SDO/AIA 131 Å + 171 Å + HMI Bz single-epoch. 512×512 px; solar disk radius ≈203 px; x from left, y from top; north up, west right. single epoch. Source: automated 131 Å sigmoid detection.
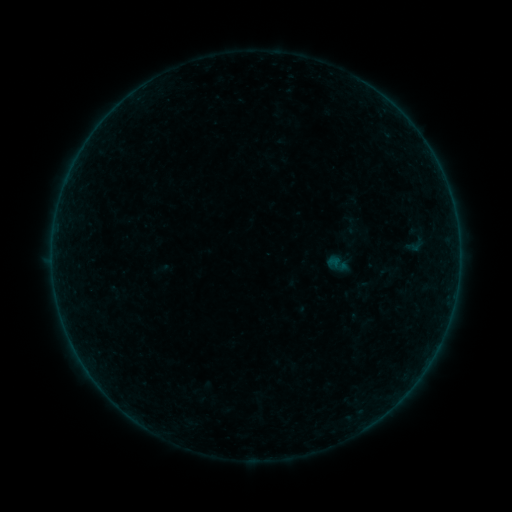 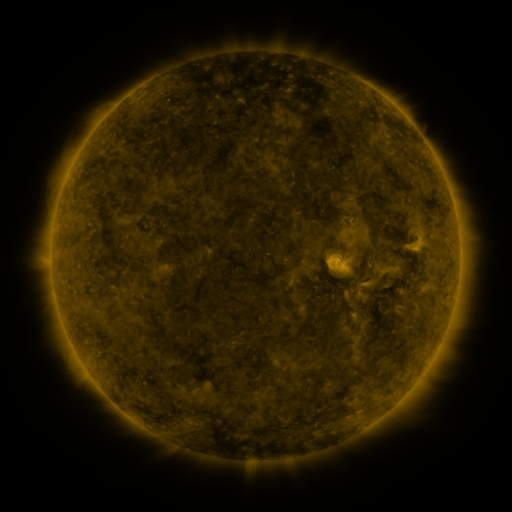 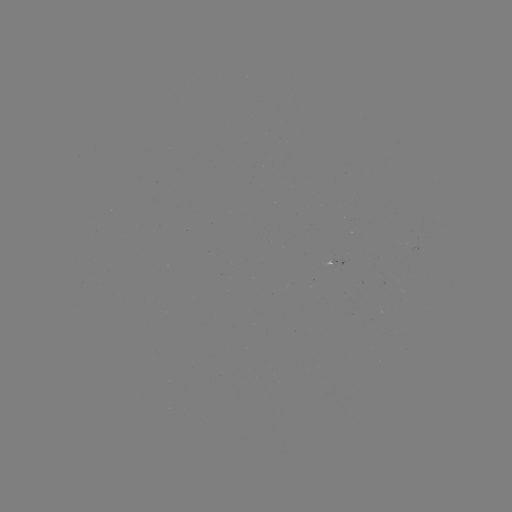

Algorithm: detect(sigmoid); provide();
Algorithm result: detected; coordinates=[350, 224]